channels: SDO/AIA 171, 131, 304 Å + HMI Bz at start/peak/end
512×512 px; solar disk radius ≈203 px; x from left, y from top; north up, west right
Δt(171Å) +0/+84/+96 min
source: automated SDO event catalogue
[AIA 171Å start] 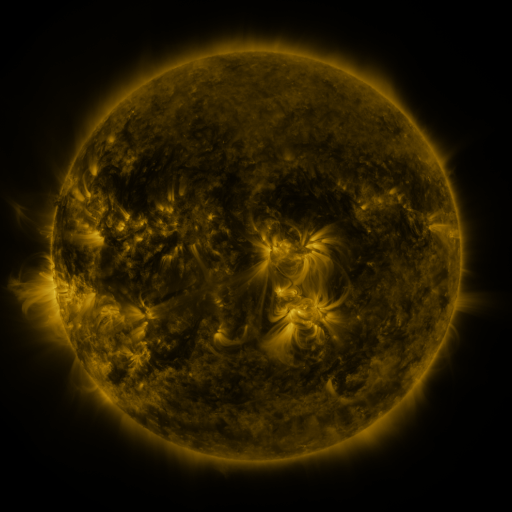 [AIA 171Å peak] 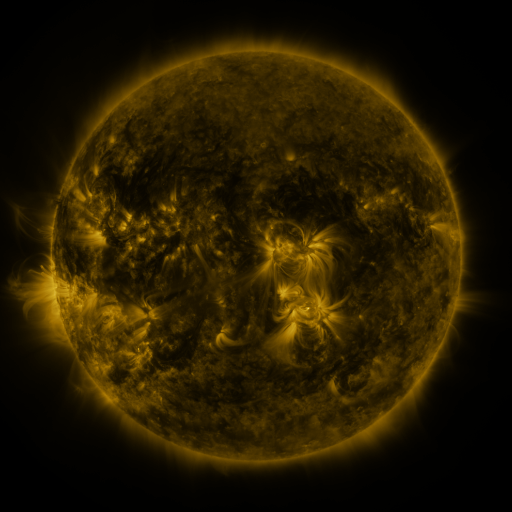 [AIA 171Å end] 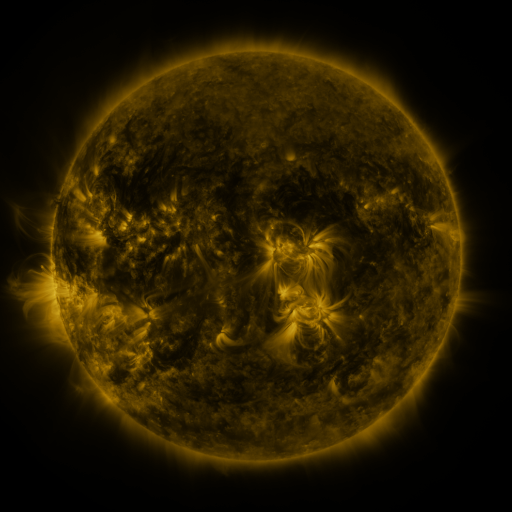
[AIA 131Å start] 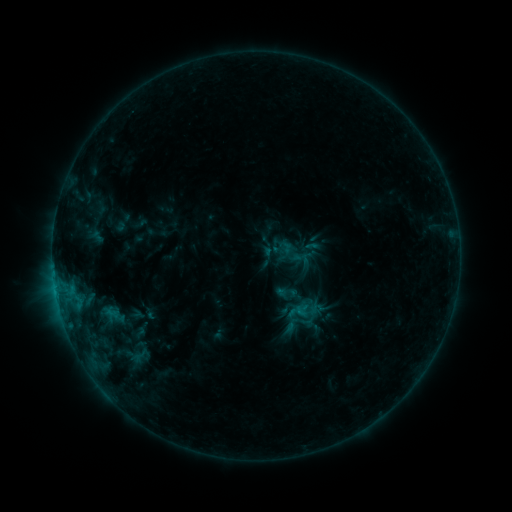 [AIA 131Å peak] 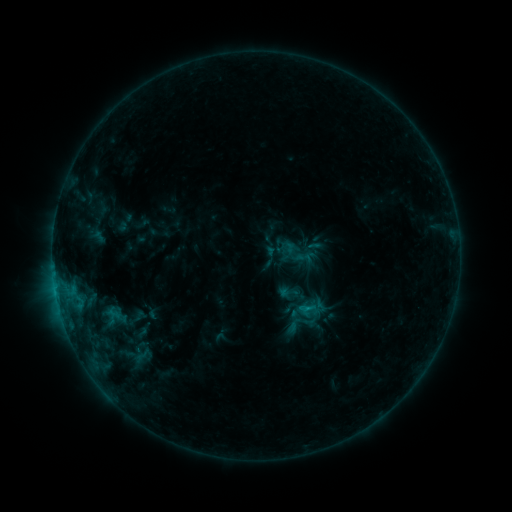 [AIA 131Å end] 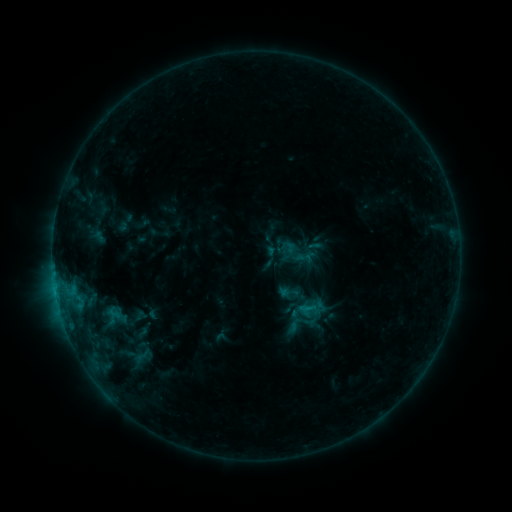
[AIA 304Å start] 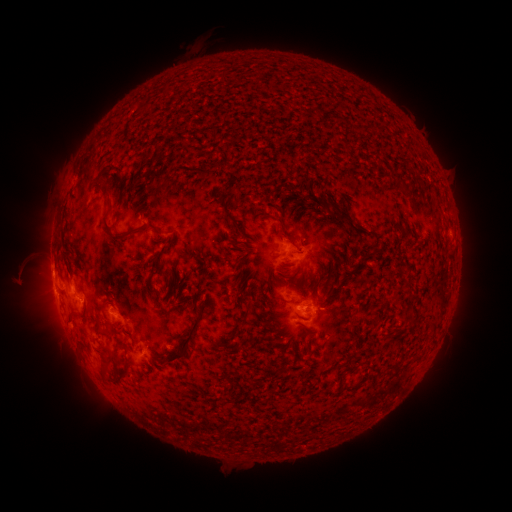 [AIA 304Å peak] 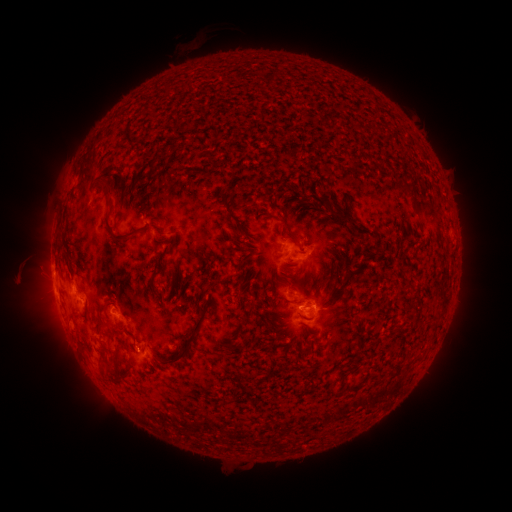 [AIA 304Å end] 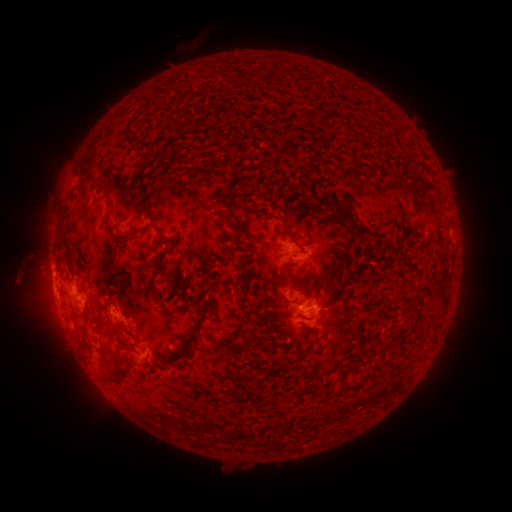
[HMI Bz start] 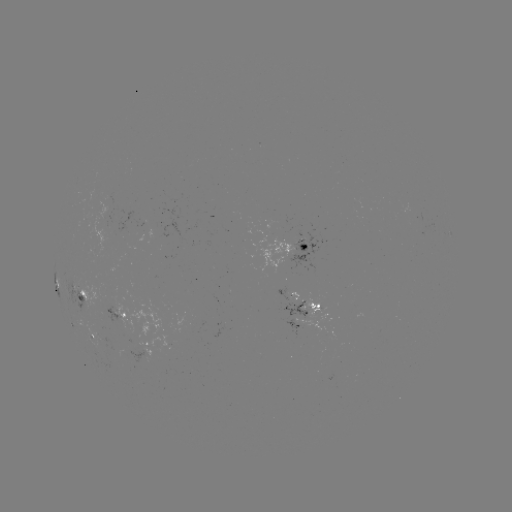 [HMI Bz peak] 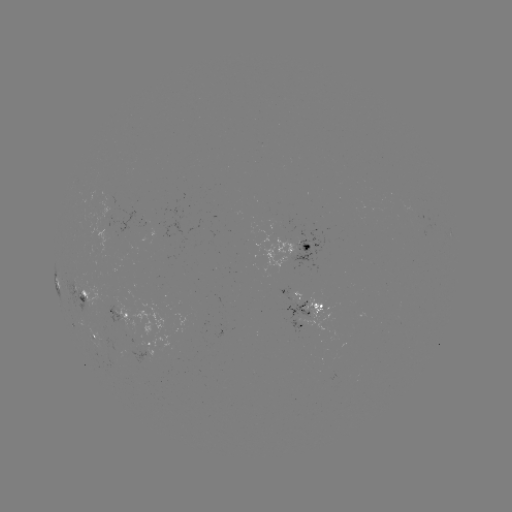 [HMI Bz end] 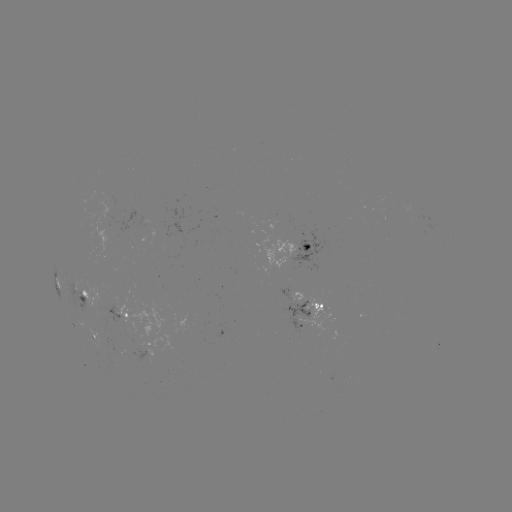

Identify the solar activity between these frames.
emerging-flux region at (302, 306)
